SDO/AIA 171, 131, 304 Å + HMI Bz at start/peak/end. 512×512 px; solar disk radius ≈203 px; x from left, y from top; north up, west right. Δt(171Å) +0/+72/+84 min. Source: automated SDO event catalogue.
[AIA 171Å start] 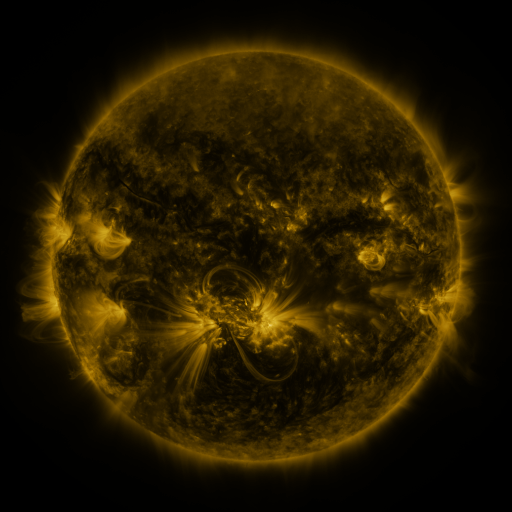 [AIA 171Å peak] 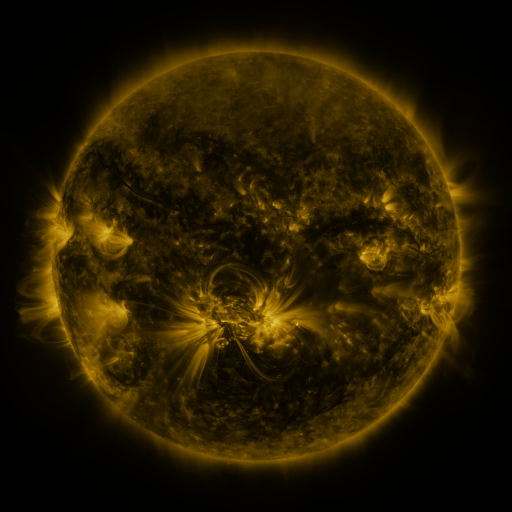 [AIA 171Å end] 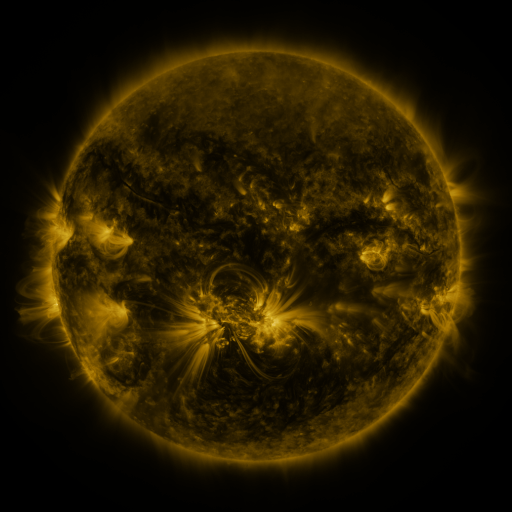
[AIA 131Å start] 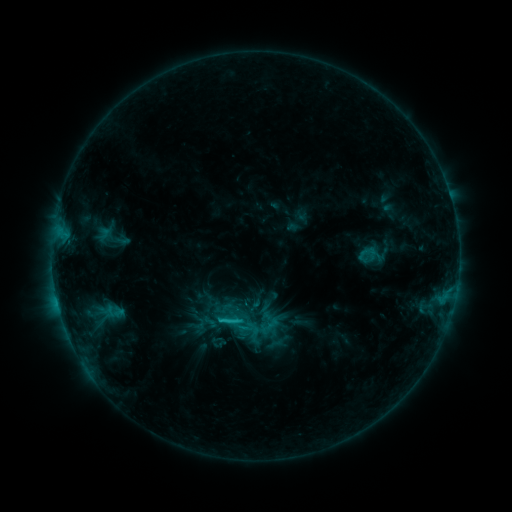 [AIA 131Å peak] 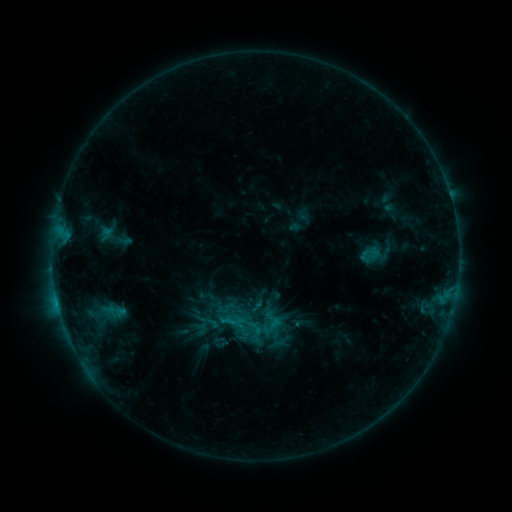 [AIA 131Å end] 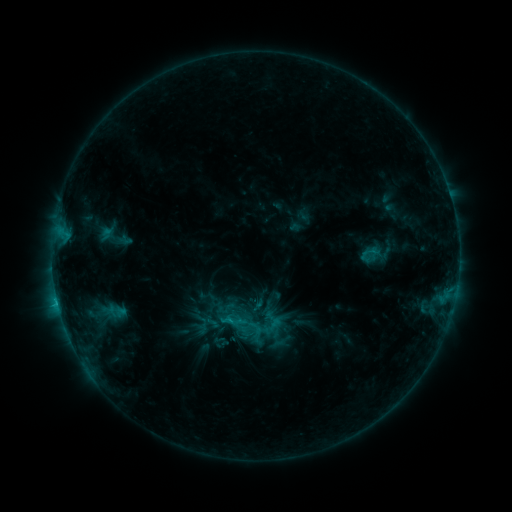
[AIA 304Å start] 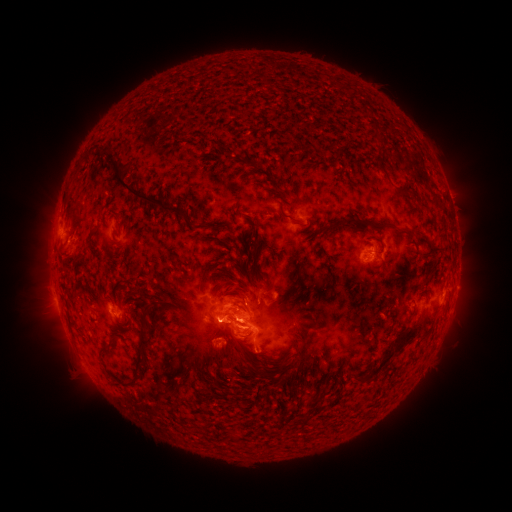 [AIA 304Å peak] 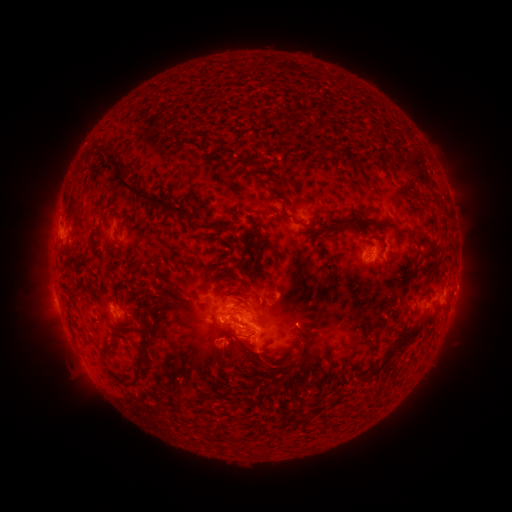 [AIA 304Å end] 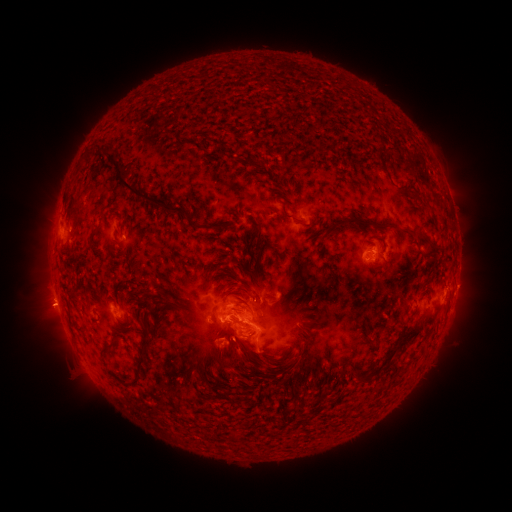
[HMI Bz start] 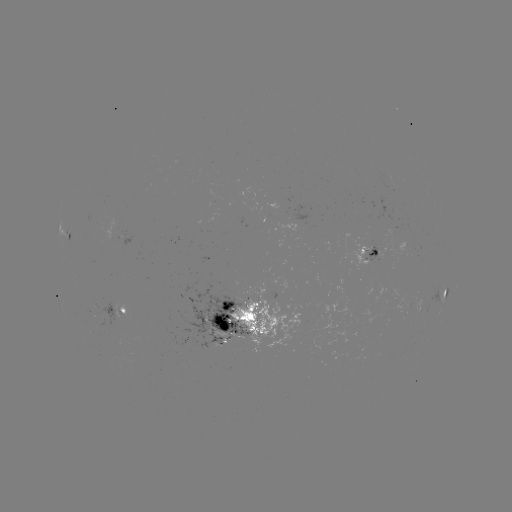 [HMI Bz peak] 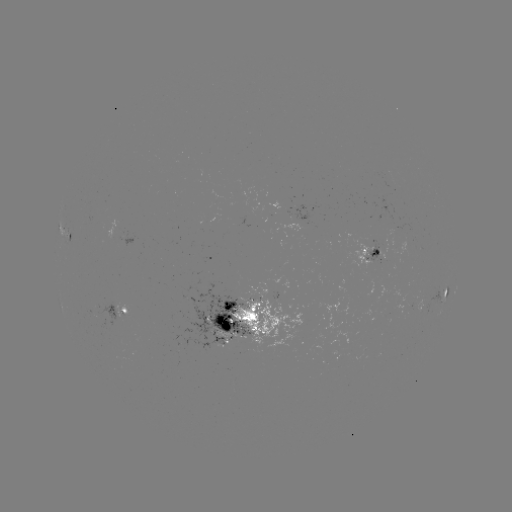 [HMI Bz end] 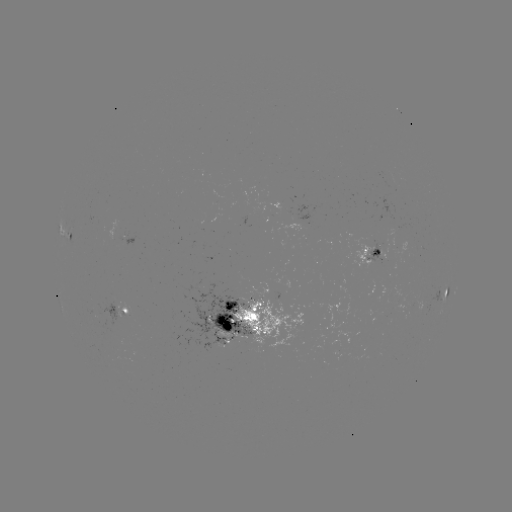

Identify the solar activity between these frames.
emerging-flux region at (97, 319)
